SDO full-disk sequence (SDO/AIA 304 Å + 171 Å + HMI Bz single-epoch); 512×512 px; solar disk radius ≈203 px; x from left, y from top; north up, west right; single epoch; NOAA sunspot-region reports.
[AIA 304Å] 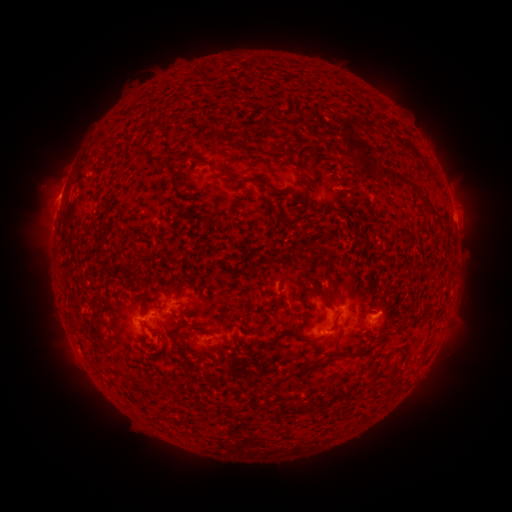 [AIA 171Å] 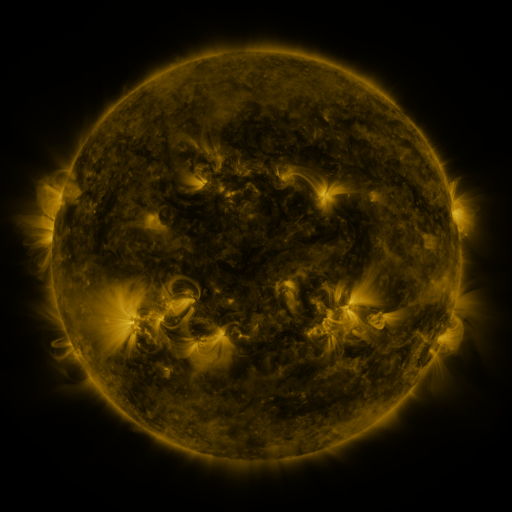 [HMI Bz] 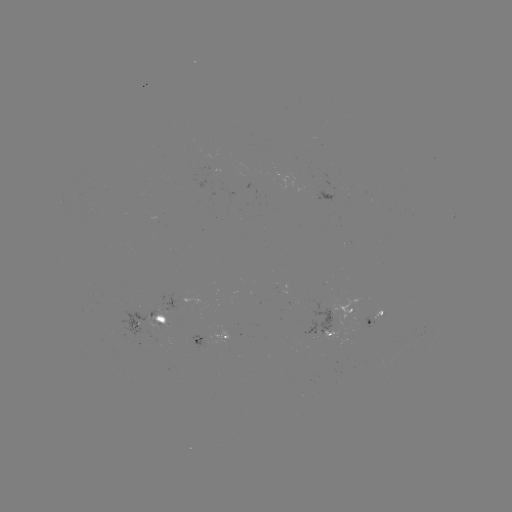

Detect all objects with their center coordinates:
spotted active region: (327, 200)
spotted active region: (456, 220)
spotted active region: (339, 316)
spotted active region: (149, 317)
spotted active region: (373, 318)
spotted active region: (212, 339)
